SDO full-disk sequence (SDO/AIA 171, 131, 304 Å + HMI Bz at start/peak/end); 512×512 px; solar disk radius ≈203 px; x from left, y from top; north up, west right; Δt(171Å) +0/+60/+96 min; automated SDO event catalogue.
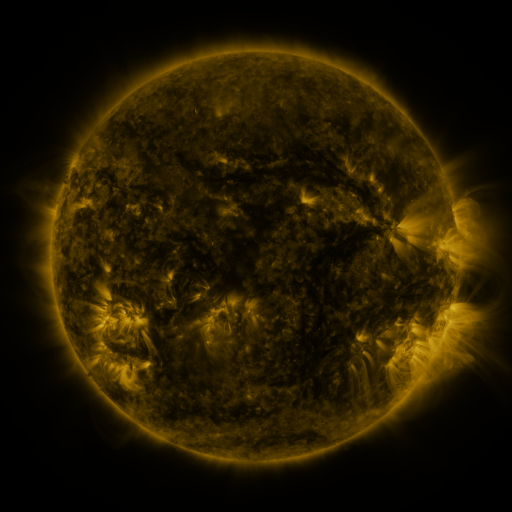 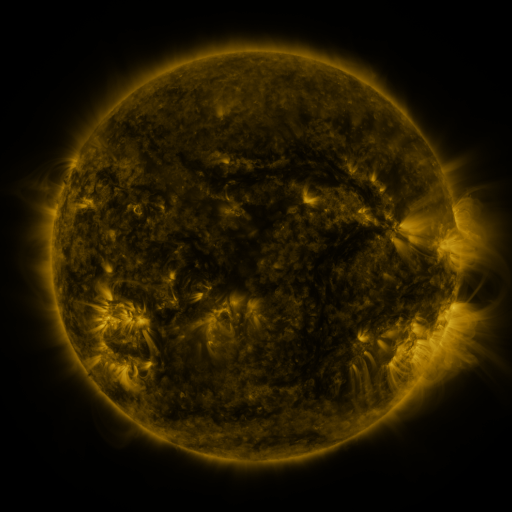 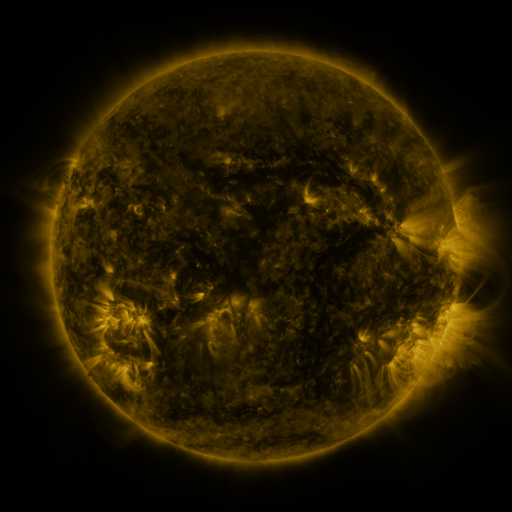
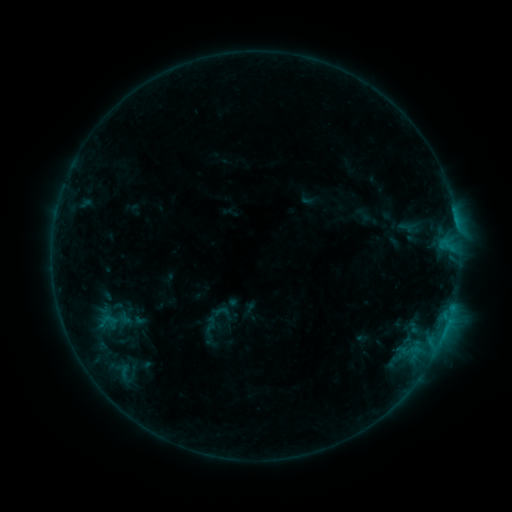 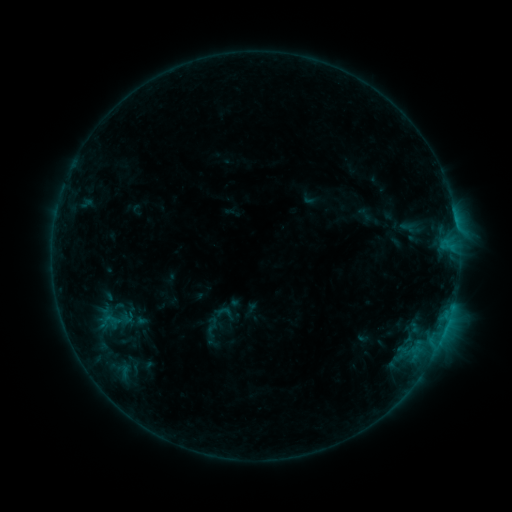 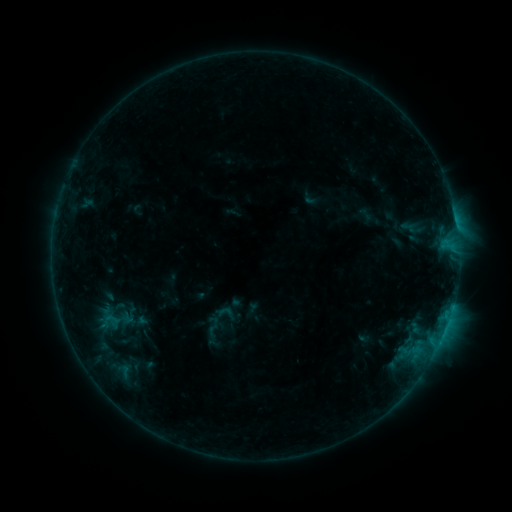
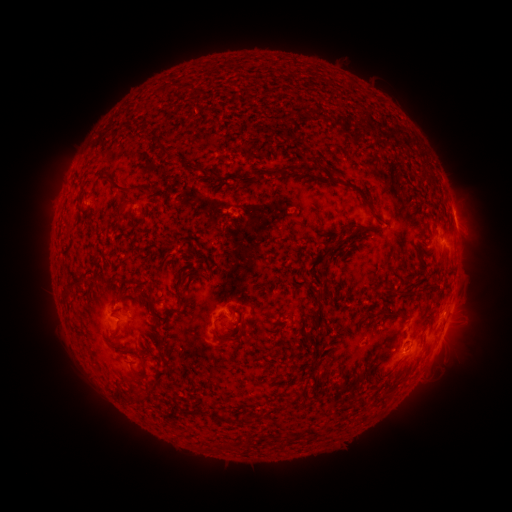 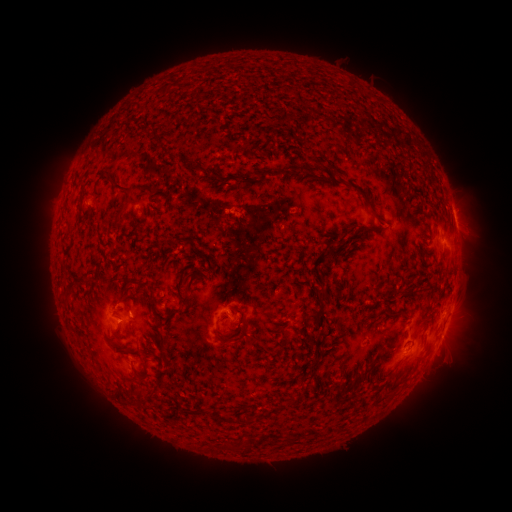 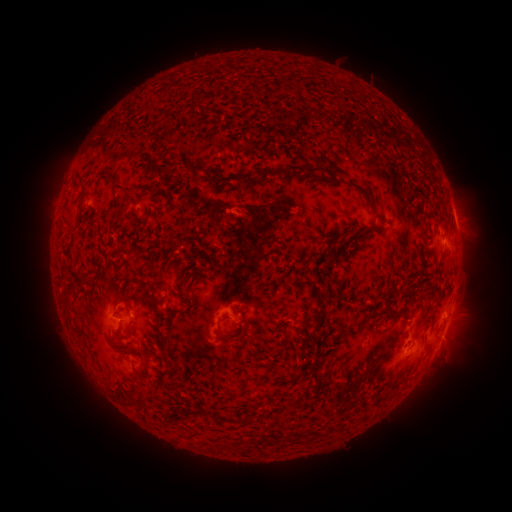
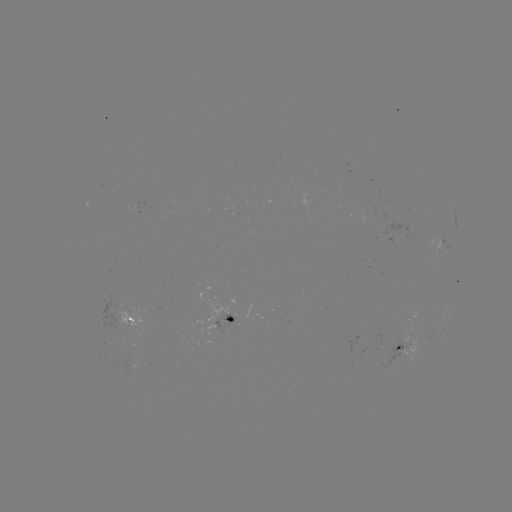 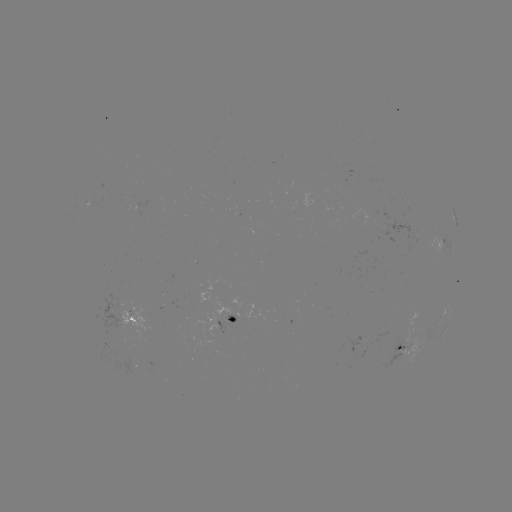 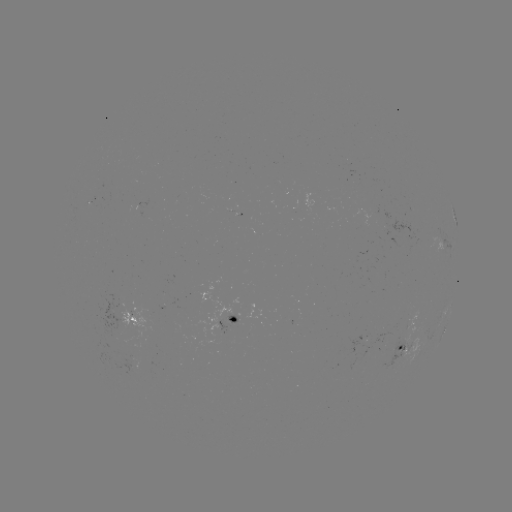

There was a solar emerging-flux region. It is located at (117, 341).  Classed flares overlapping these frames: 1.